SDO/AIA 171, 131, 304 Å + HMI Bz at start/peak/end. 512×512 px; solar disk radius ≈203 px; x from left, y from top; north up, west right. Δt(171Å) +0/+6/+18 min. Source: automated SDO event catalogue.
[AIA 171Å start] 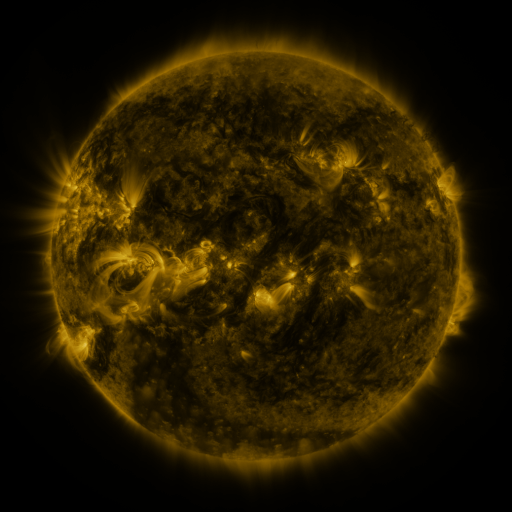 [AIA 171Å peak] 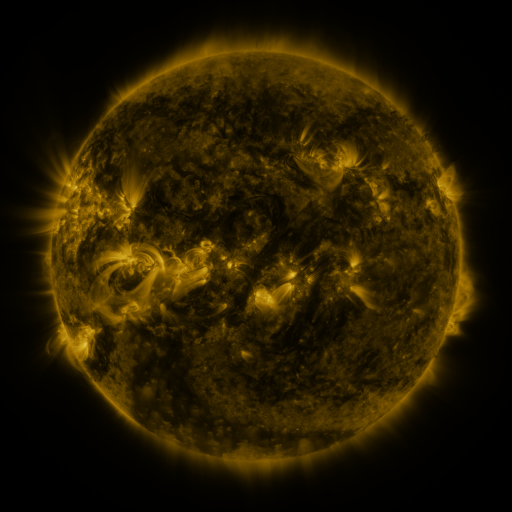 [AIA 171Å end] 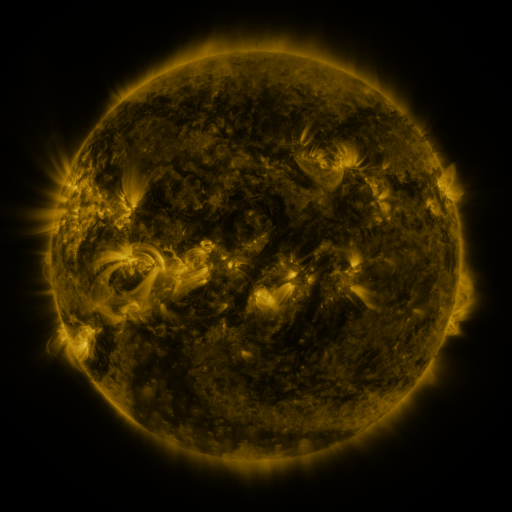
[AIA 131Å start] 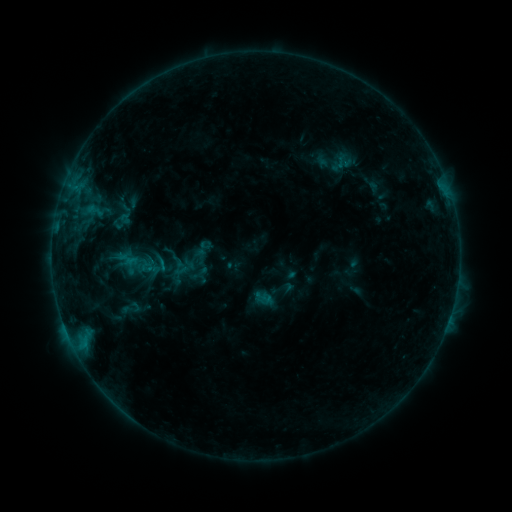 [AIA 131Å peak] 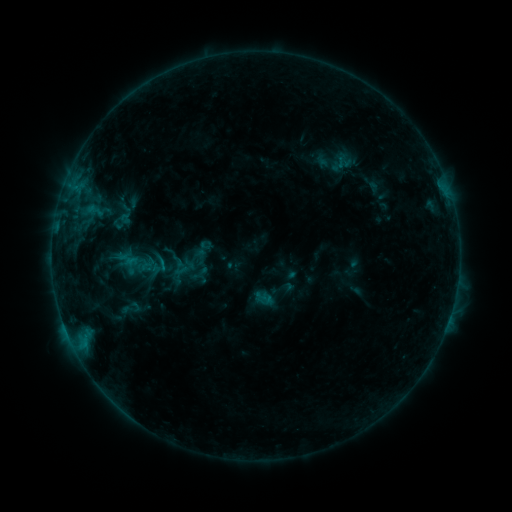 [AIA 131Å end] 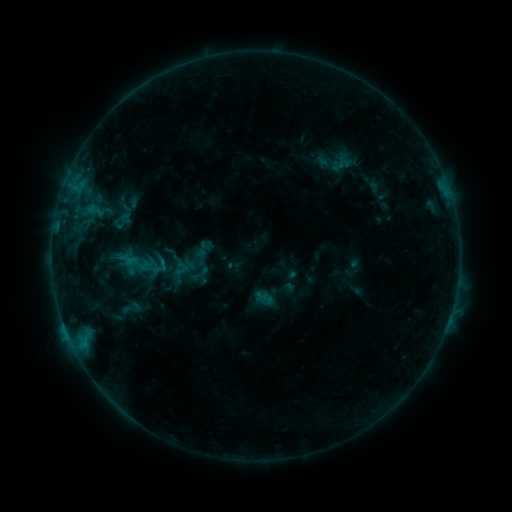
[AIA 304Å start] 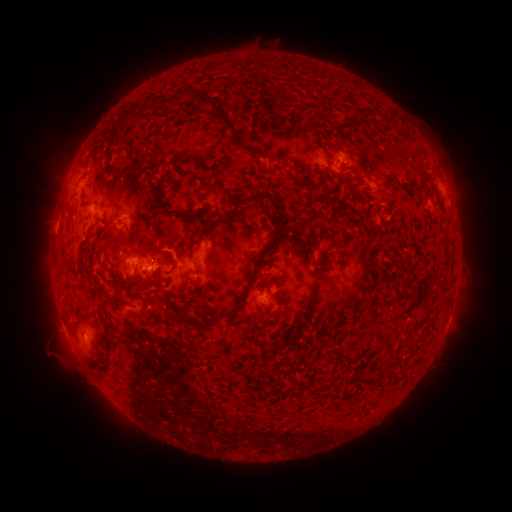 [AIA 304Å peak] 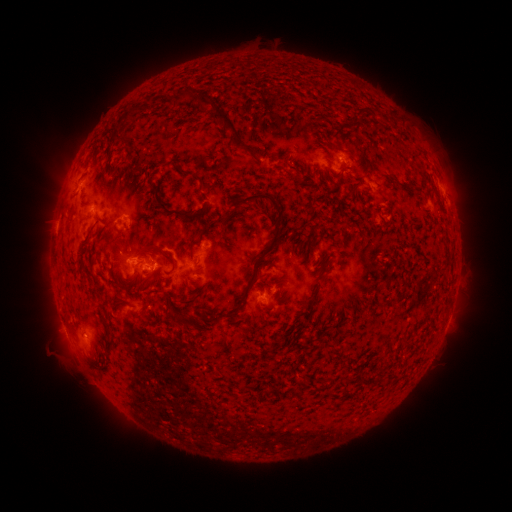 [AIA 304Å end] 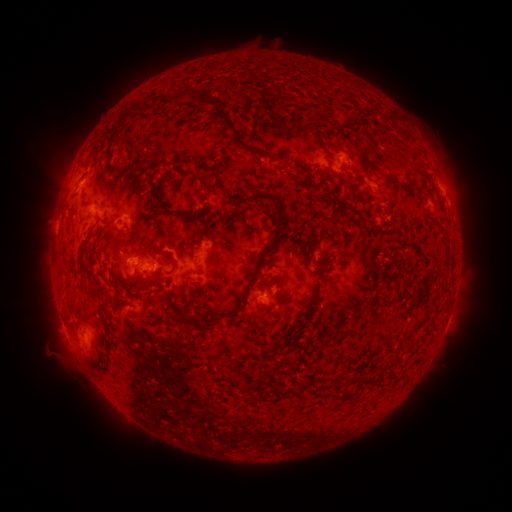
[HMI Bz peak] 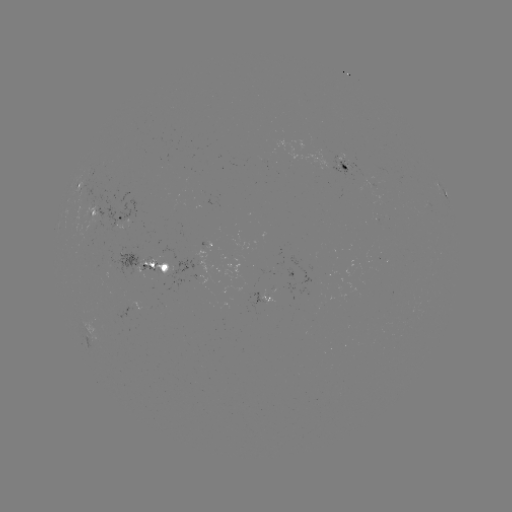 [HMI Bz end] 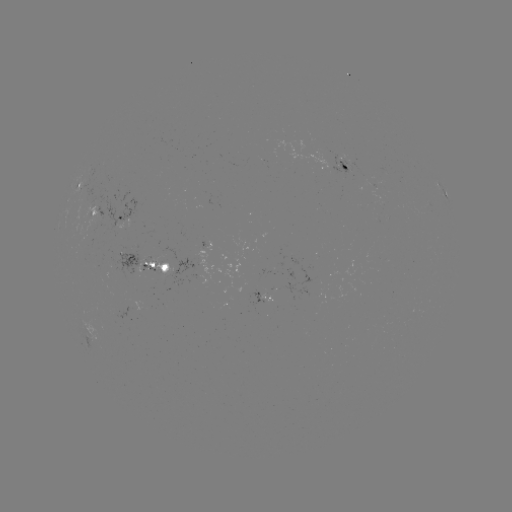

no classed flare was catalogued and no EUV brightening was flagged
